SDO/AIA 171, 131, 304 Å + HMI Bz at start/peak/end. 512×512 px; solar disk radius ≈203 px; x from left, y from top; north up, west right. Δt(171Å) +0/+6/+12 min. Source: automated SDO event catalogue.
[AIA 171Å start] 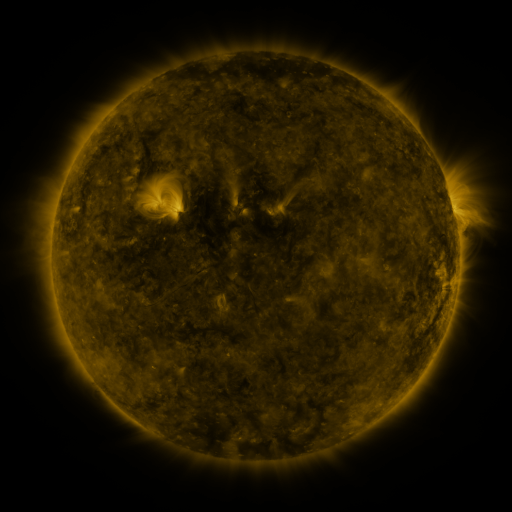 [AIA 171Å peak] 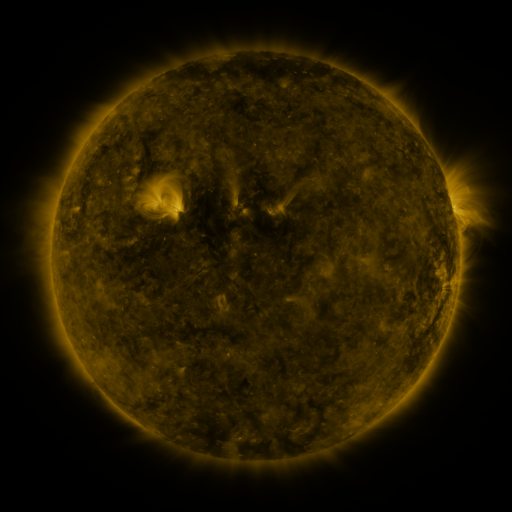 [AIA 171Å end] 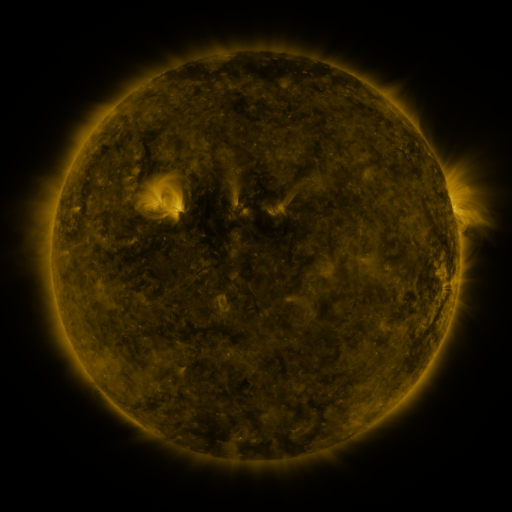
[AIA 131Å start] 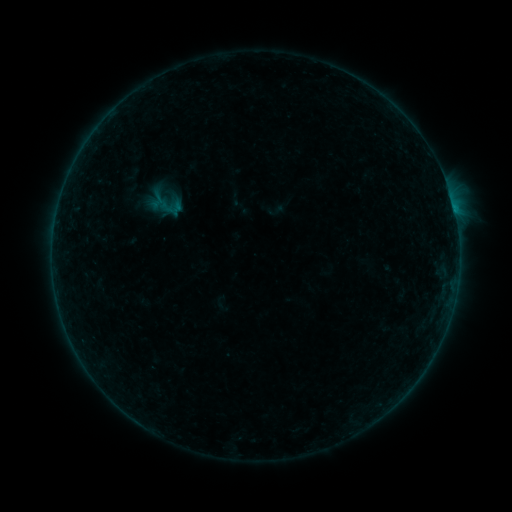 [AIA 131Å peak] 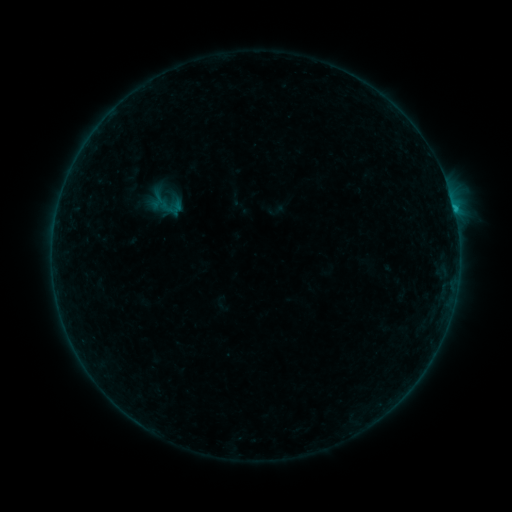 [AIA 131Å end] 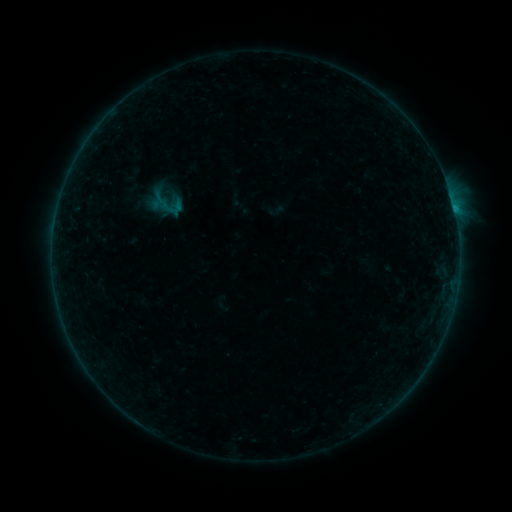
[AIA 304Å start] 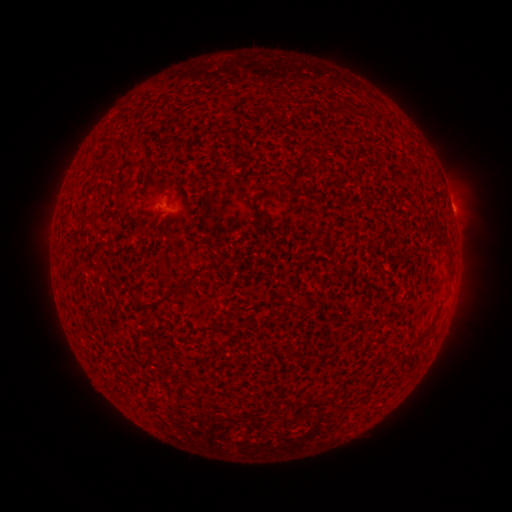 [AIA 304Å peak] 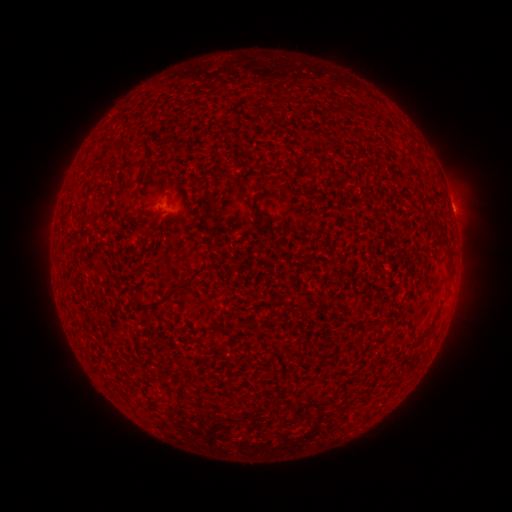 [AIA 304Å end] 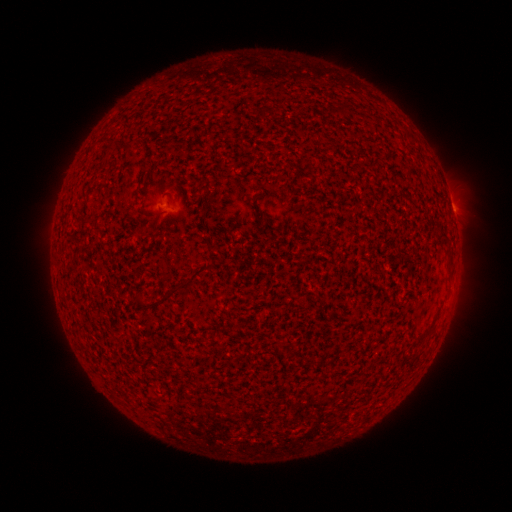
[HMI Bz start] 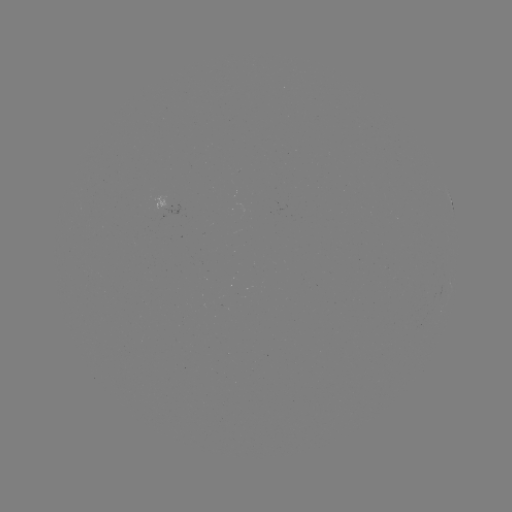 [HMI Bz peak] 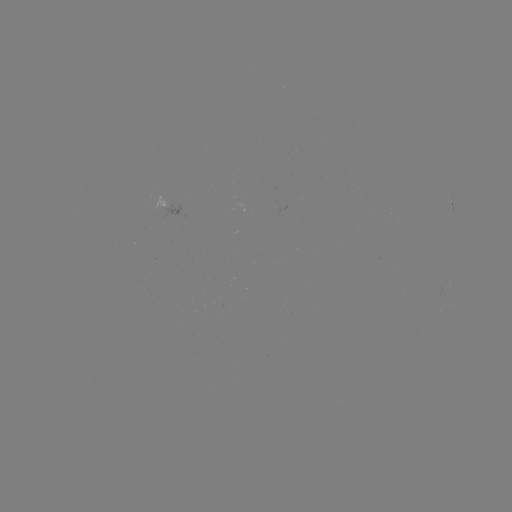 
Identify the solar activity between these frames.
B2.9 flare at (453, 210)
